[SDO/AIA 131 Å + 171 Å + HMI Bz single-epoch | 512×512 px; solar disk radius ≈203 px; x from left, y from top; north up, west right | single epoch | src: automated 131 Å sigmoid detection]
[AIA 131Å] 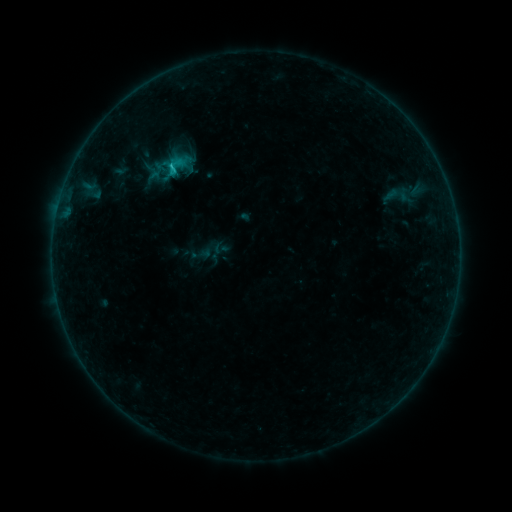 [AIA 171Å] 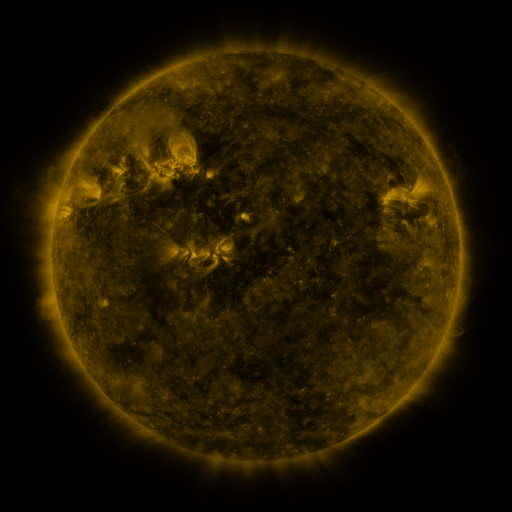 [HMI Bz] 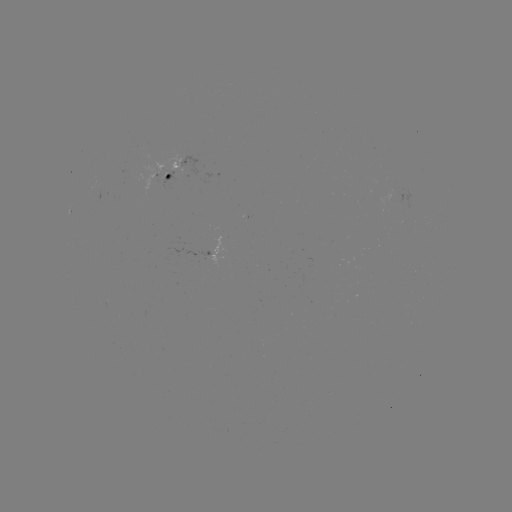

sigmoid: (163, 153, 188, 179)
